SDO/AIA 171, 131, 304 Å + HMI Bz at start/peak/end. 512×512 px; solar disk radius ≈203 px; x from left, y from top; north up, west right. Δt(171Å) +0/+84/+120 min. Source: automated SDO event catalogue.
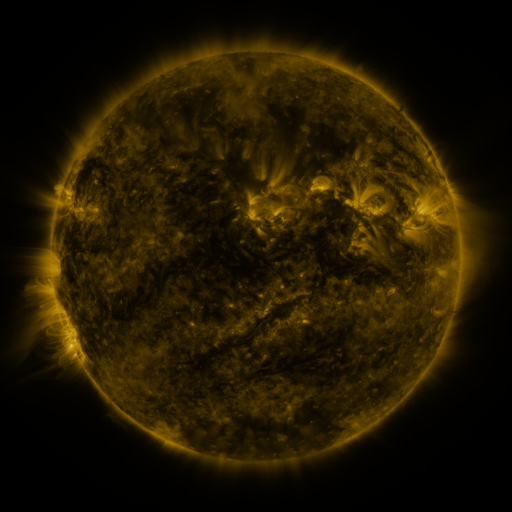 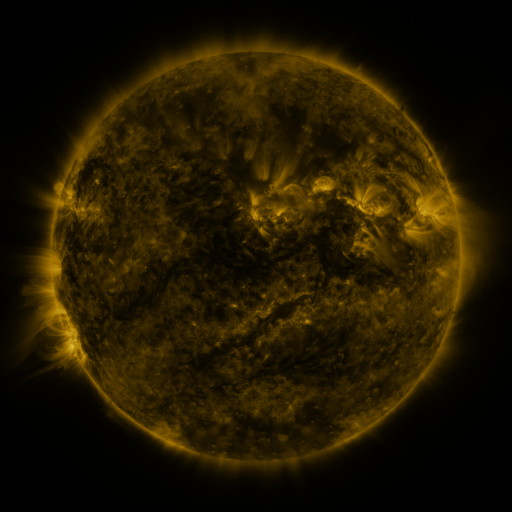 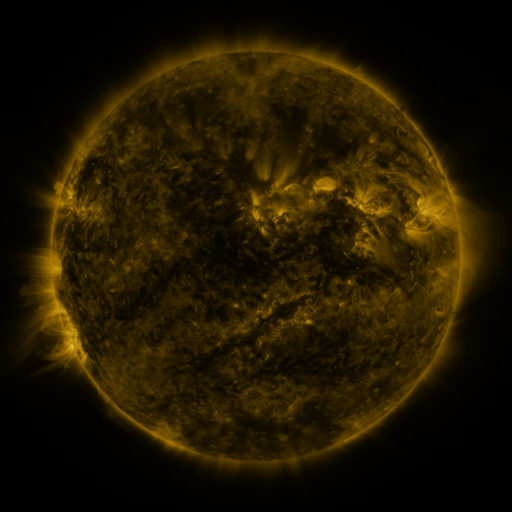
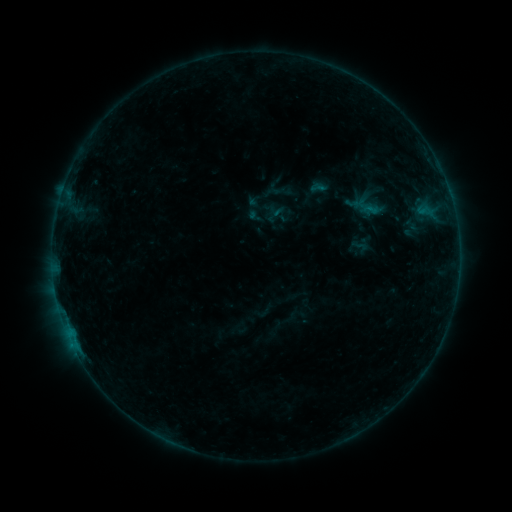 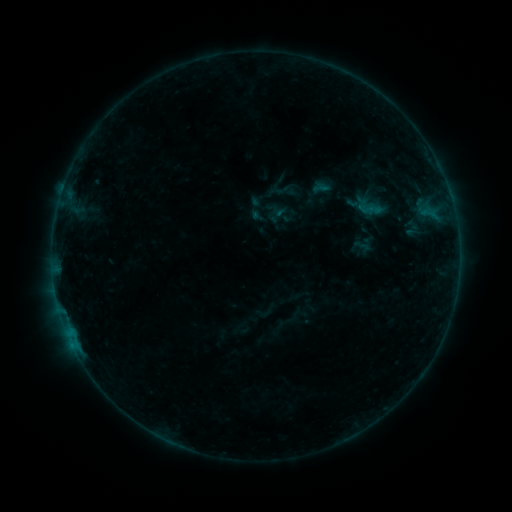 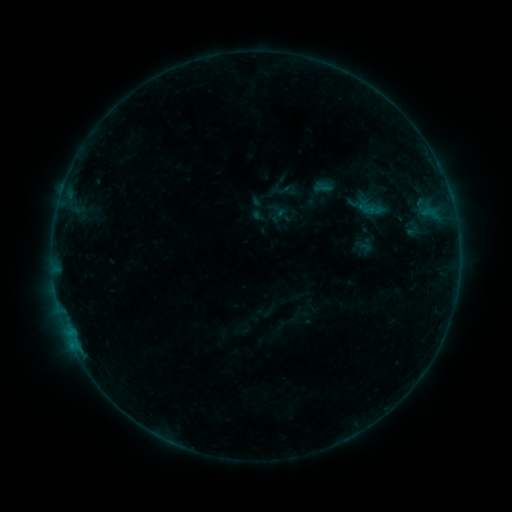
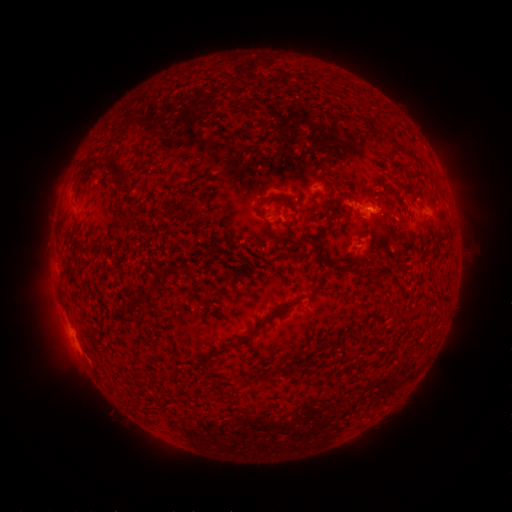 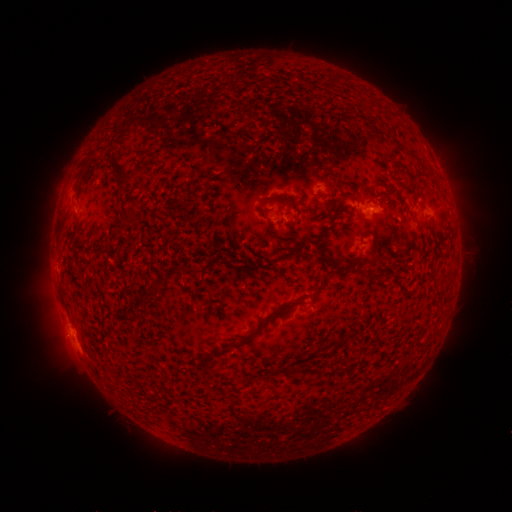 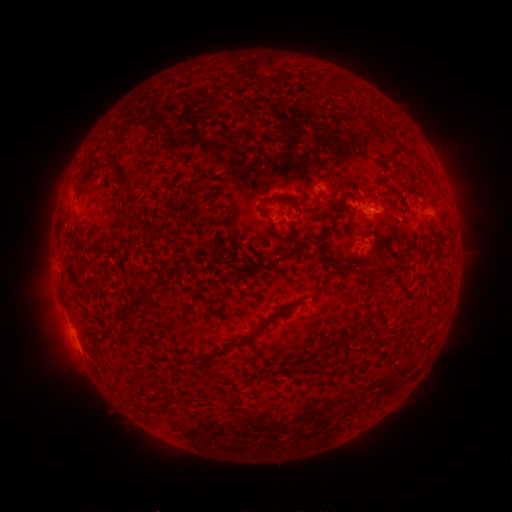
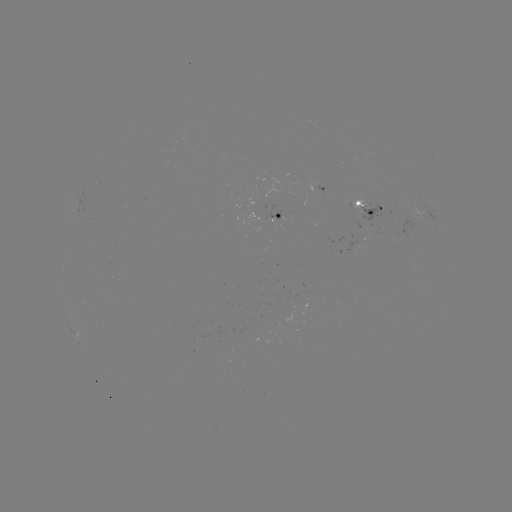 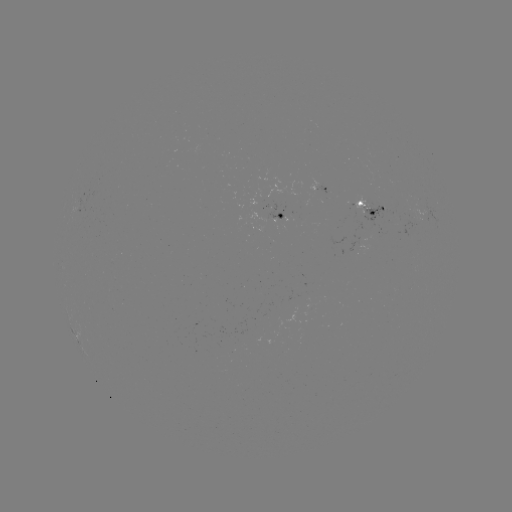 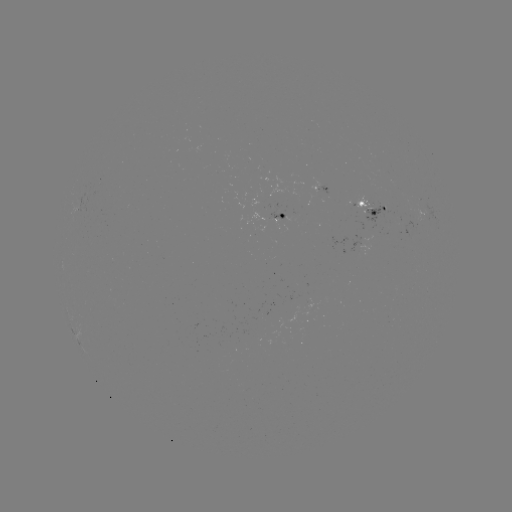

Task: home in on emerging-flux region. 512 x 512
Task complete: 366,203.